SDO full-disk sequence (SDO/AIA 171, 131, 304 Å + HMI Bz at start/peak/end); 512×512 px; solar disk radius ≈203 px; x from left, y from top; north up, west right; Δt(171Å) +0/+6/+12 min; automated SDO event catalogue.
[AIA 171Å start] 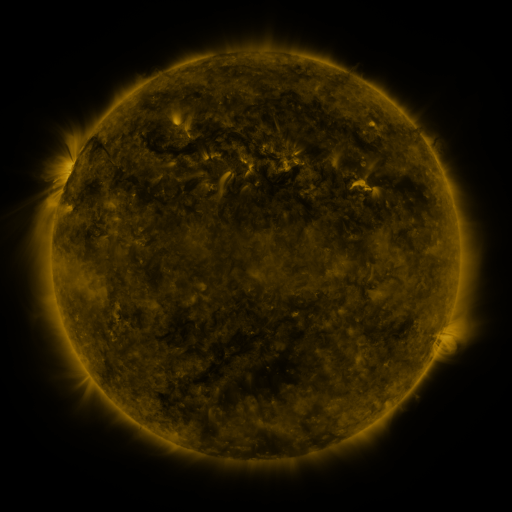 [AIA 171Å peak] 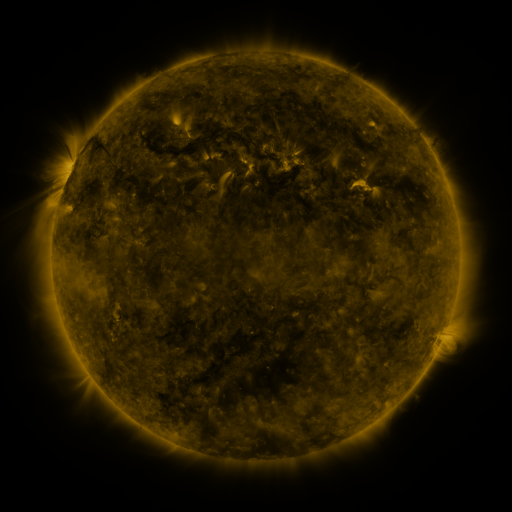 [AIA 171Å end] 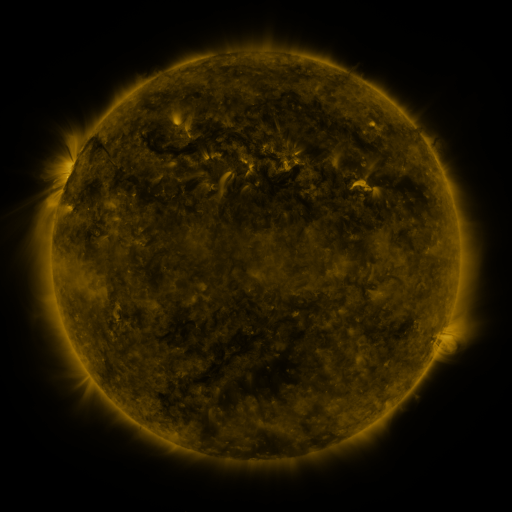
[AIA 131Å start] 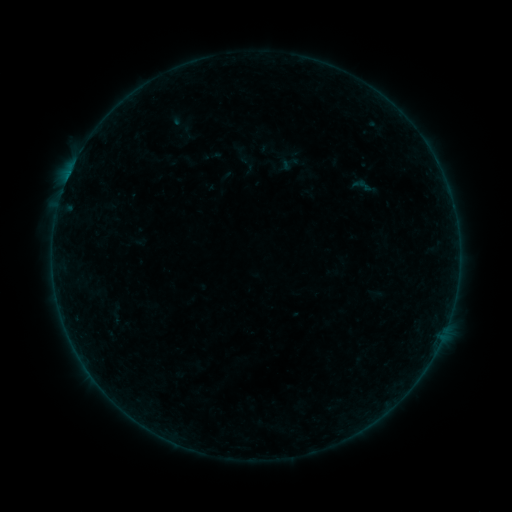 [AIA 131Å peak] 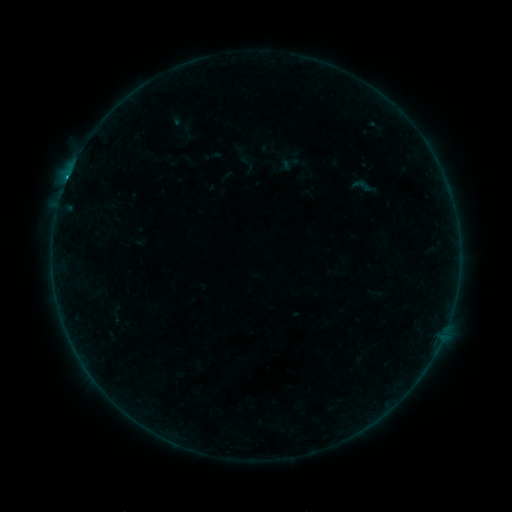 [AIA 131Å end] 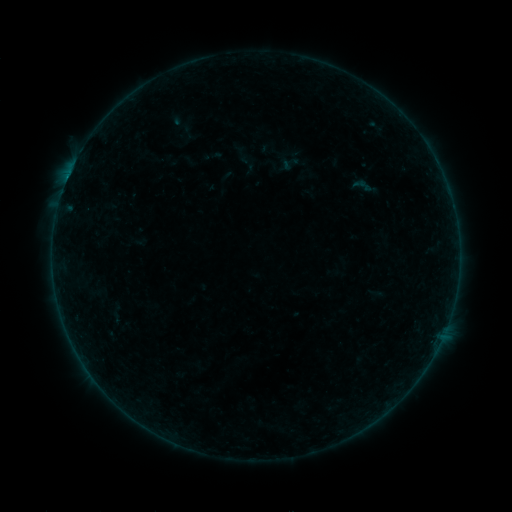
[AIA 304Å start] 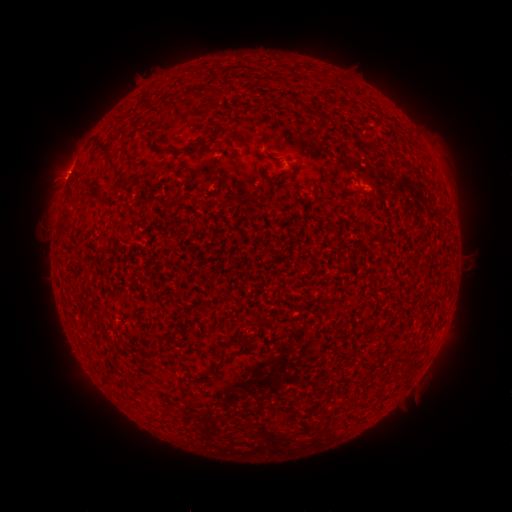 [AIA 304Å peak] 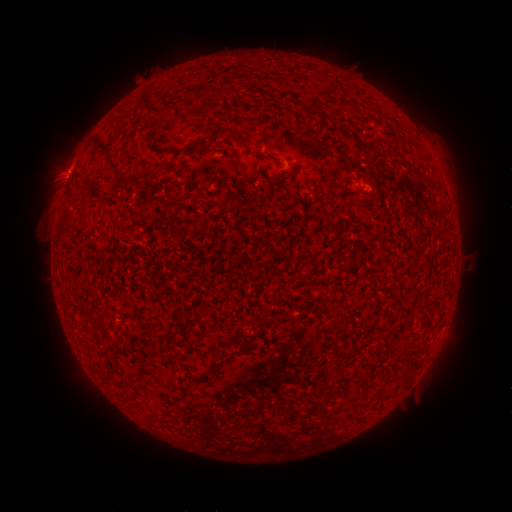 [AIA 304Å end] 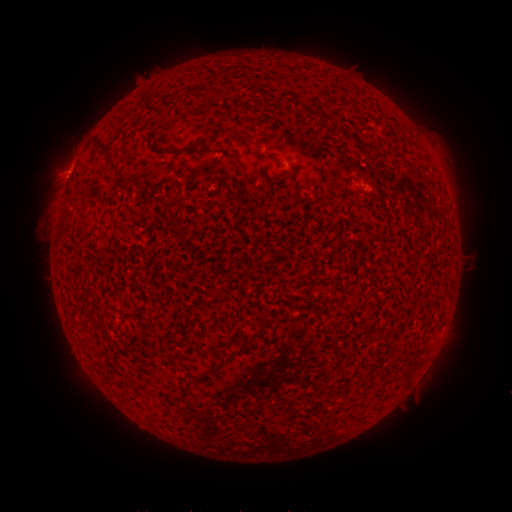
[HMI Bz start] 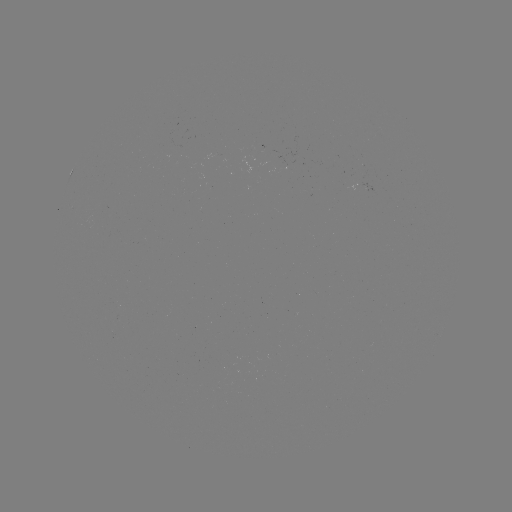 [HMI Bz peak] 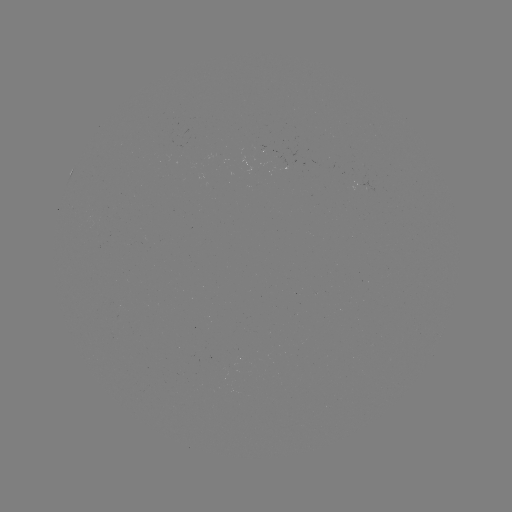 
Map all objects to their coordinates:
B3.0 flare: (69, 176)
